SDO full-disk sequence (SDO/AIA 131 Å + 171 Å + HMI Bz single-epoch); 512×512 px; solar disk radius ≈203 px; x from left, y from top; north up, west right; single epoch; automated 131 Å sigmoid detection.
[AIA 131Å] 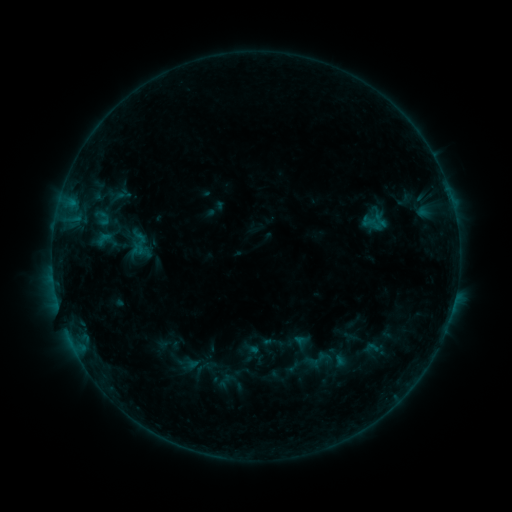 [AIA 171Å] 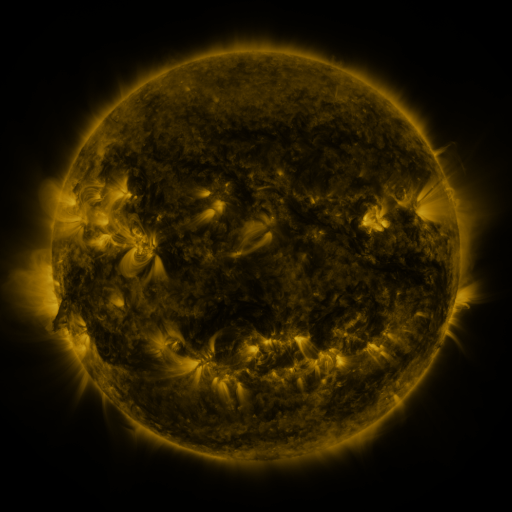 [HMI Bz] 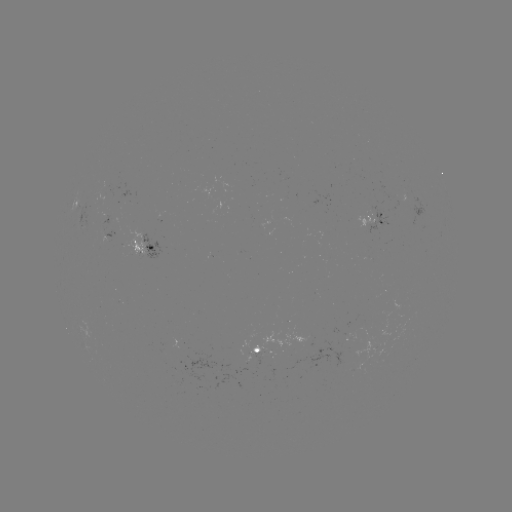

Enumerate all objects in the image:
sigmoid: (140, 244)
sigmoid: (318, 360)
